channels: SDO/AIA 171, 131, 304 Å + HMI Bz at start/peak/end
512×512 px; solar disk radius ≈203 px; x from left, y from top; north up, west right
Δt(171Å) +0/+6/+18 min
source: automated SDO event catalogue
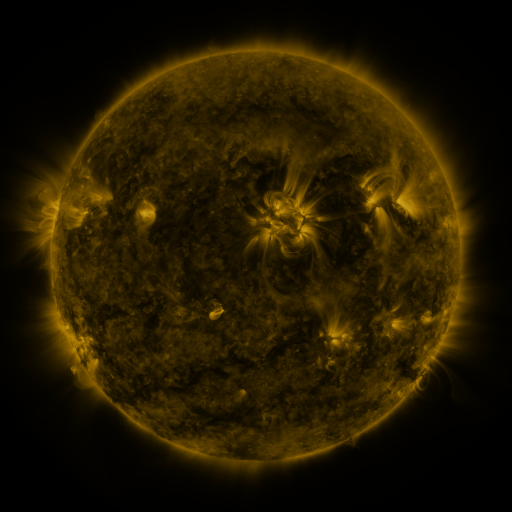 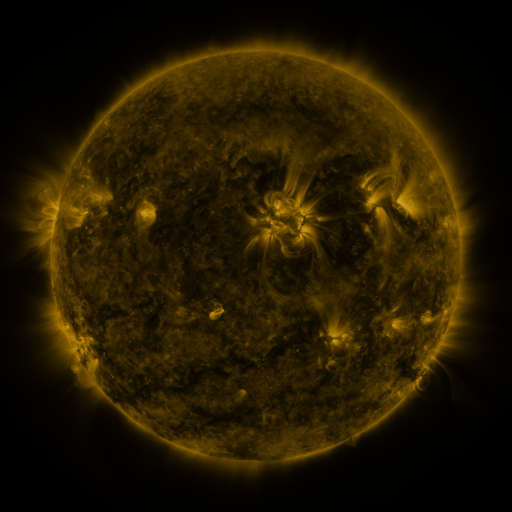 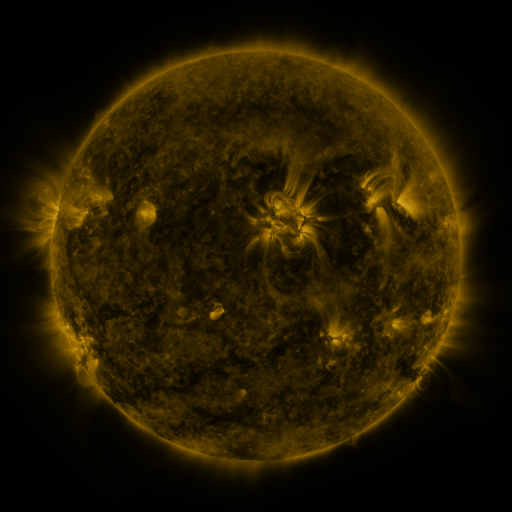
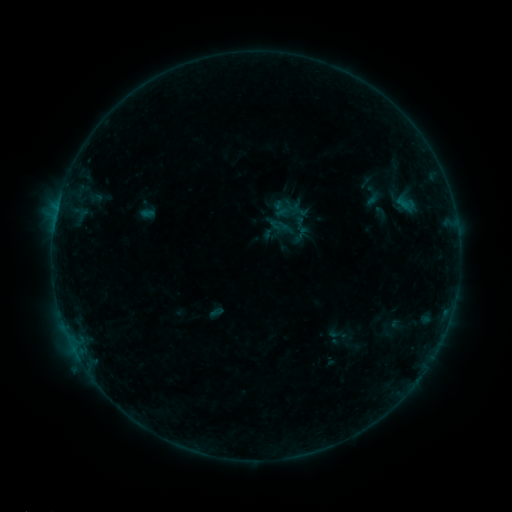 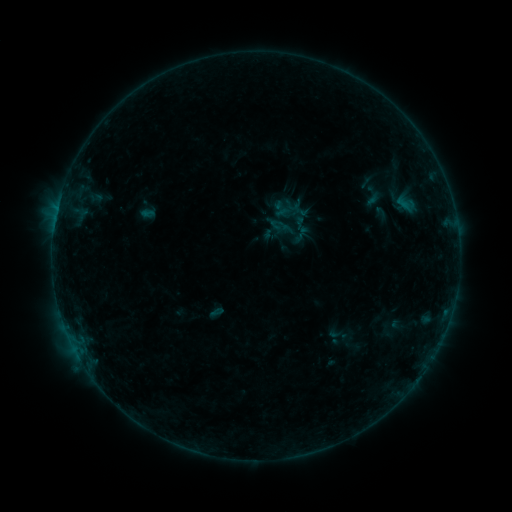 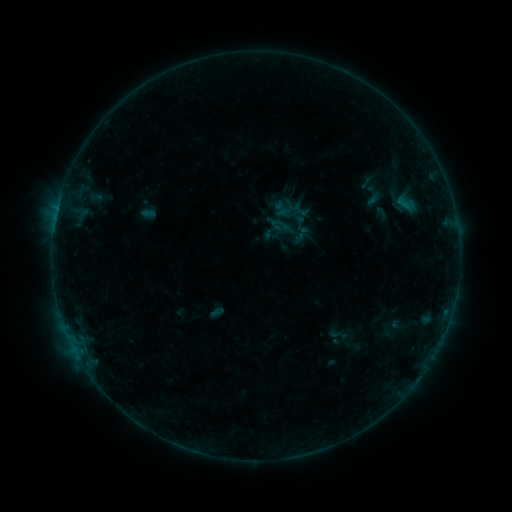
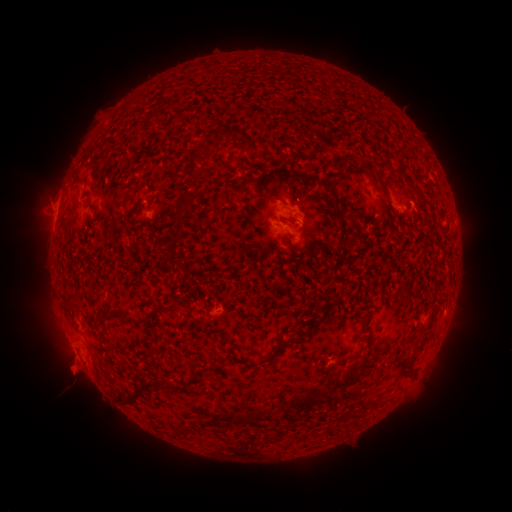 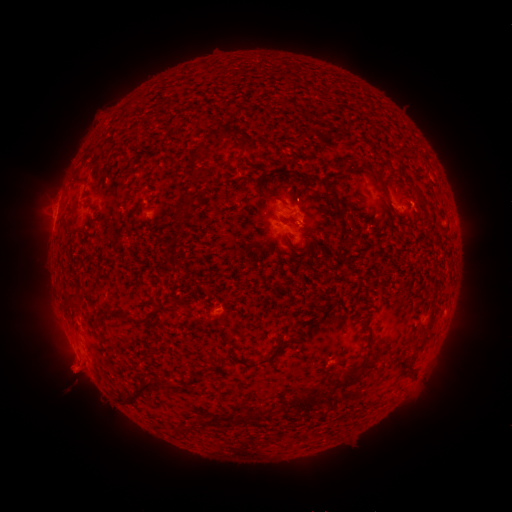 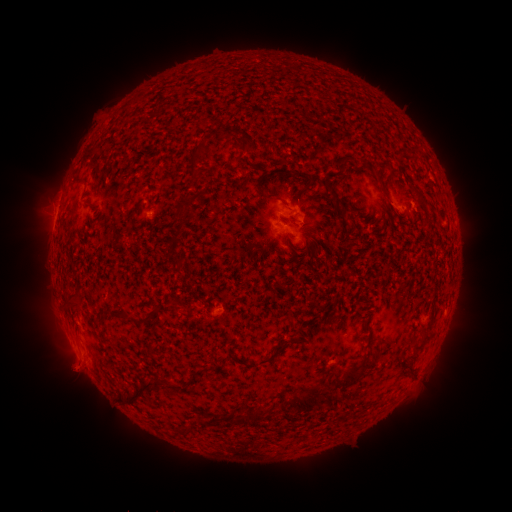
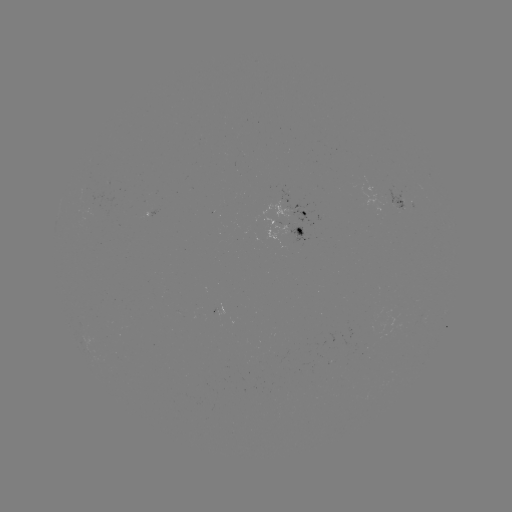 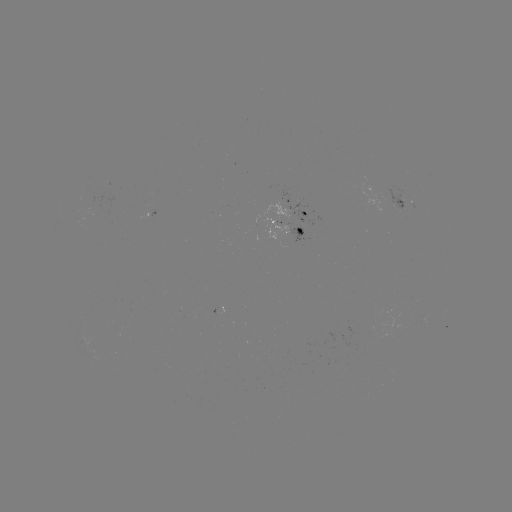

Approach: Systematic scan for eruption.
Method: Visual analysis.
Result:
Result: eruption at [74, 370].